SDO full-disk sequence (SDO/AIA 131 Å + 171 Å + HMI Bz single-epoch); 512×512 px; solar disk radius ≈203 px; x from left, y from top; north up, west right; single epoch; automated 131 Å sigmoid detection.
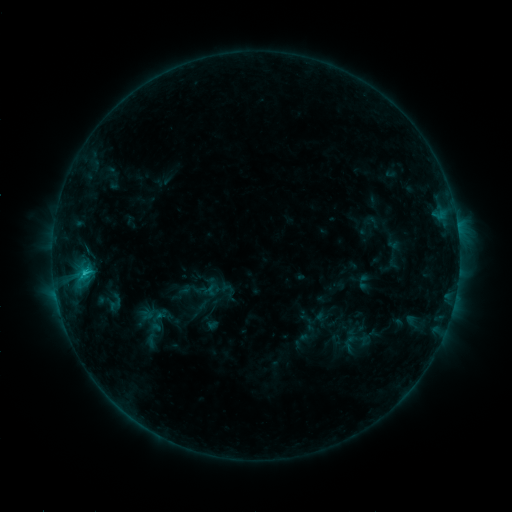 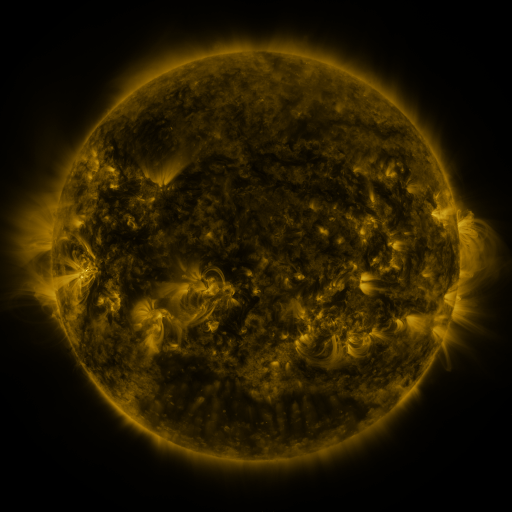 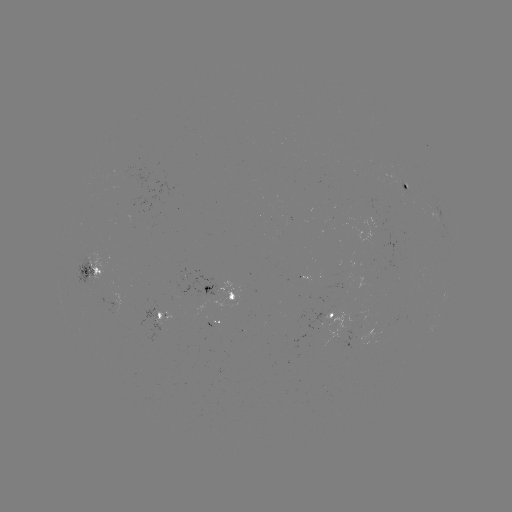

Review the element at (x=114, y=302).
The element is sigmoid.